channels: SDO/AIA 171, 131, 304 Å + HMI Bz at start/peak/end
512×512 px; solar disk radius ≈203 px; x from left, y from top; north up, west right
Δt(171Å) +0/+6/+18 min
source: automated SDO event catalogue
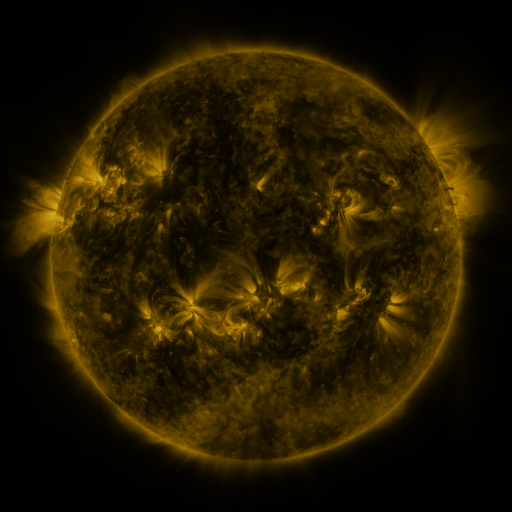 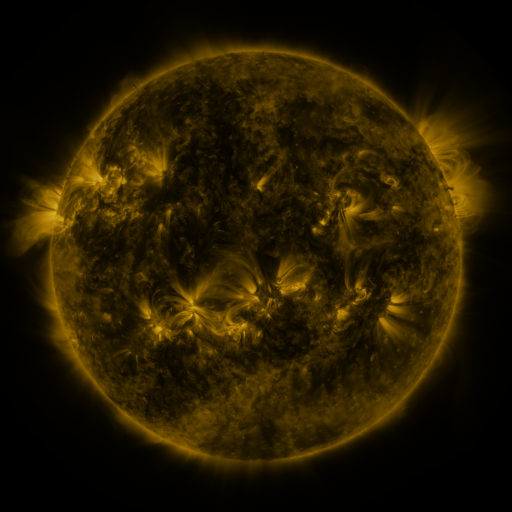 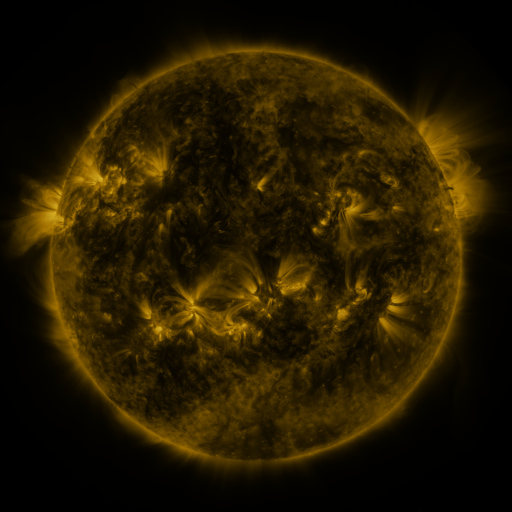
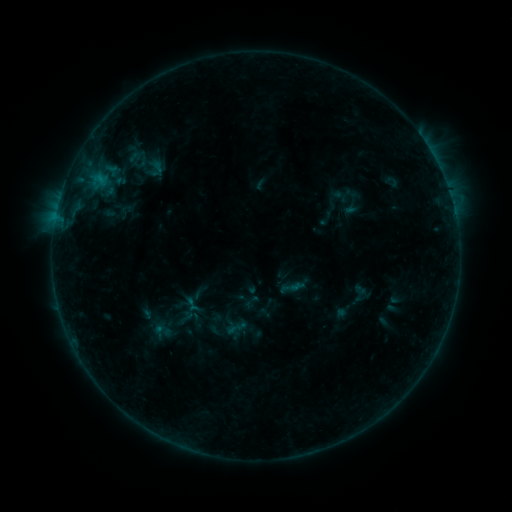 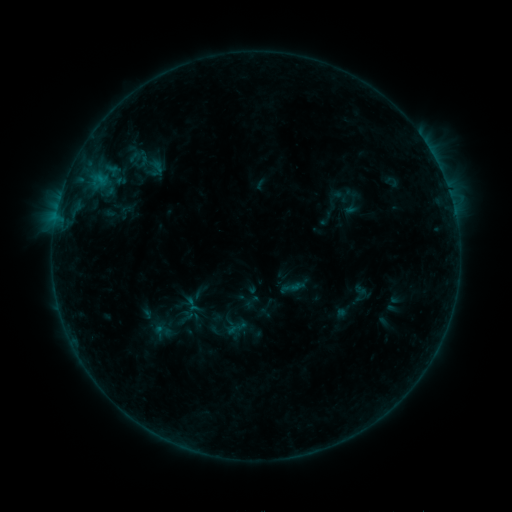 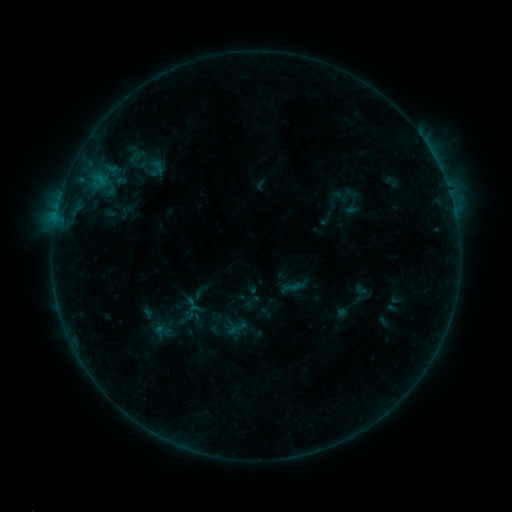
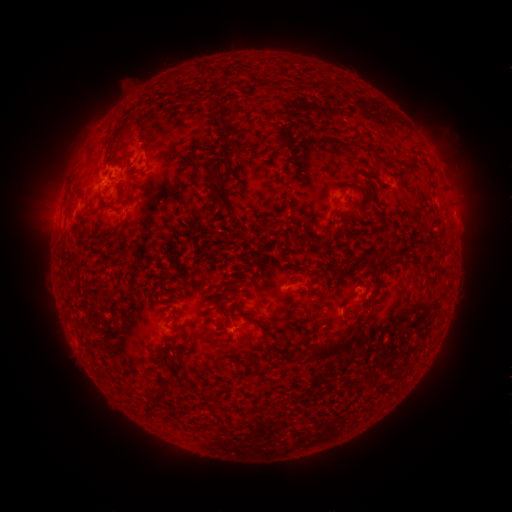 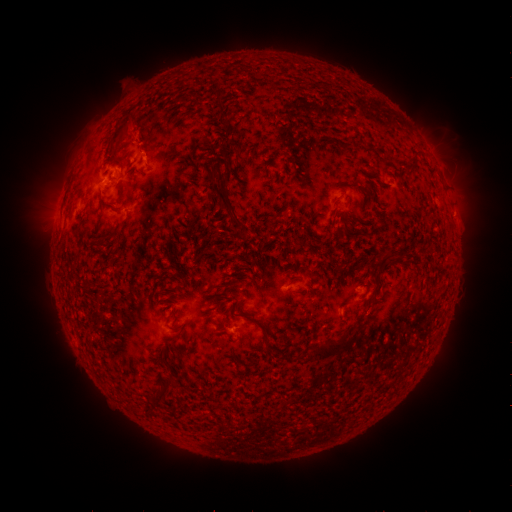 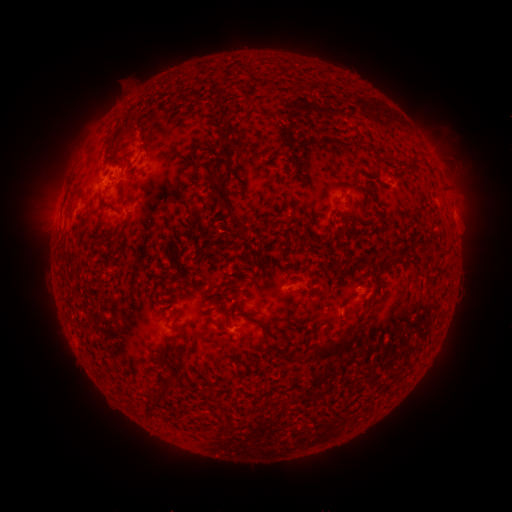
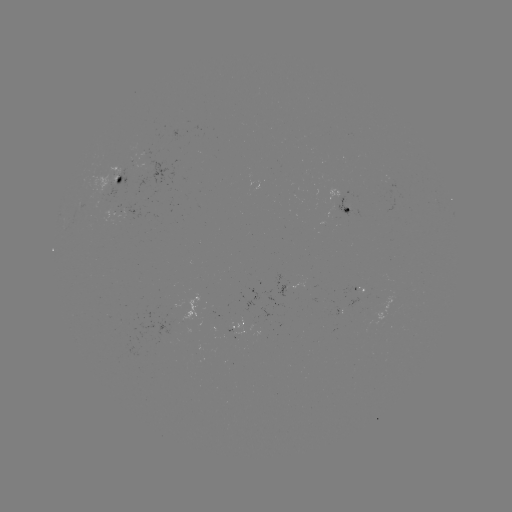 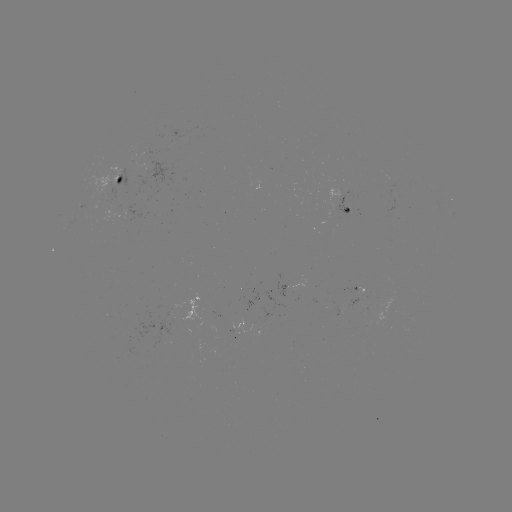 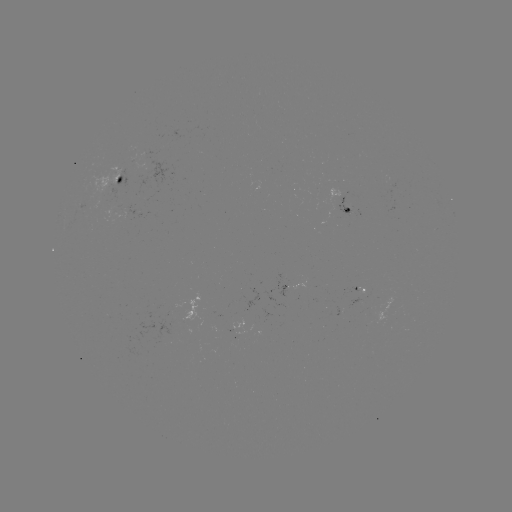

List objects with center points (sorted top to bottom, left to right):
eruption: (129, 125)
